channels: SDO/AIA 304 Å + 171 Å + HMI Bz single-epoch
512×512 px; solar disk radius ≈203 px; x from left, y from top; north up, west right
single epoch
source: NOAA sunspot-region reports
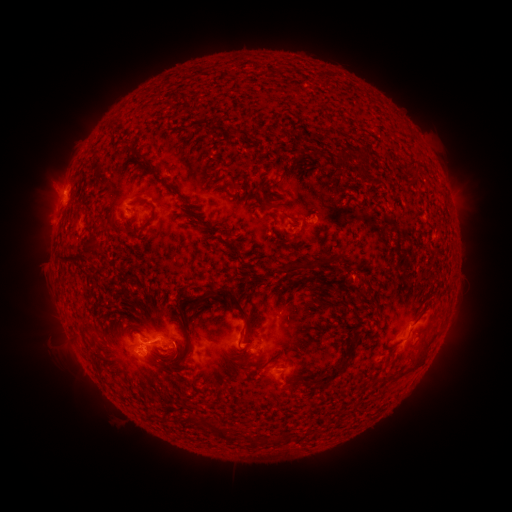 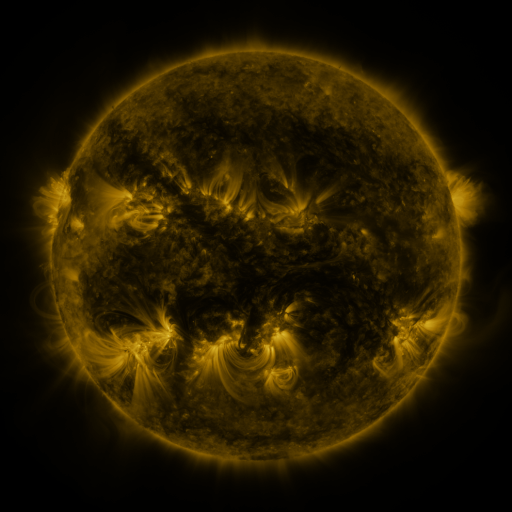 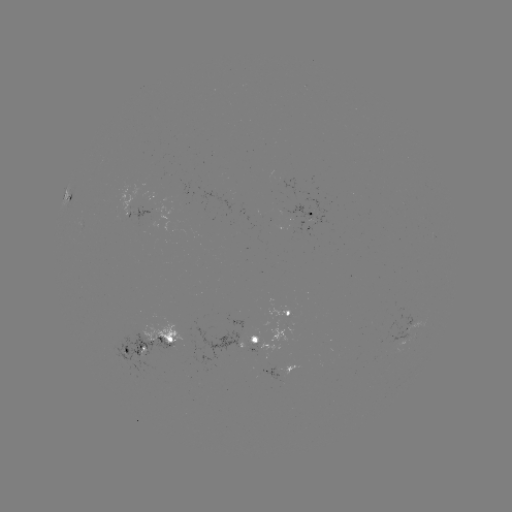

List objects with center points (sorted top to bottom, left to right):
spotted active region: (306, 215)
spotted active region: (290, 314)
spotted active region: (256, 334)
spotted active region: (152, 344)
spotted active region: (277, 368)
